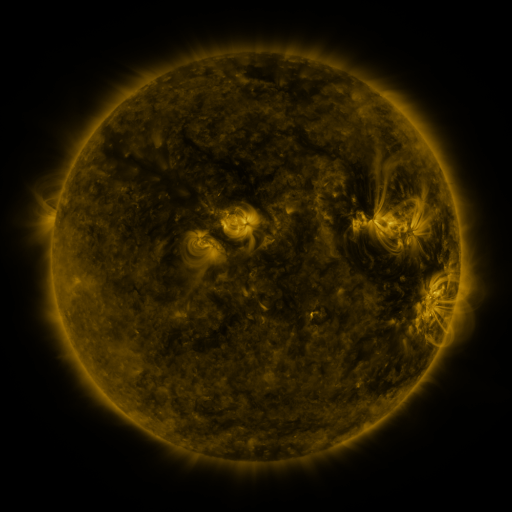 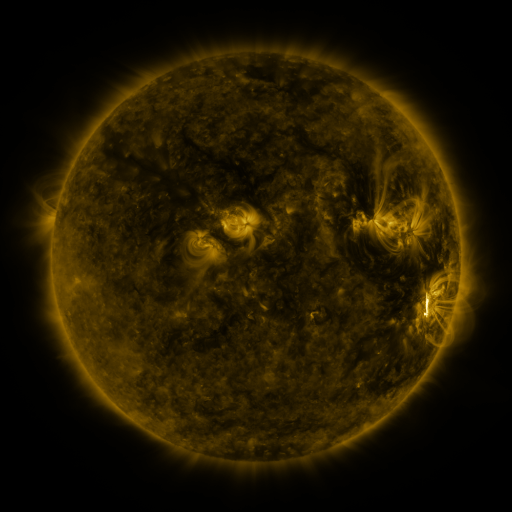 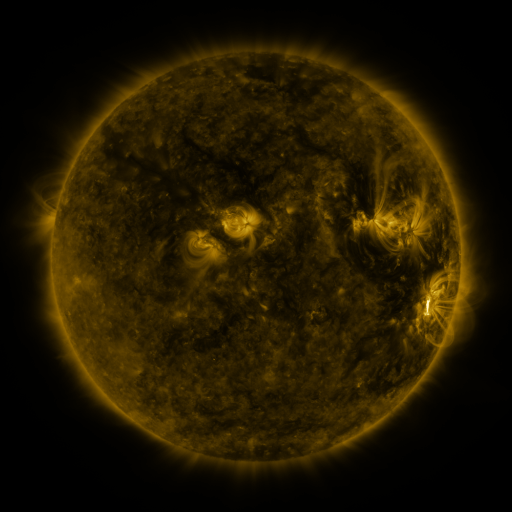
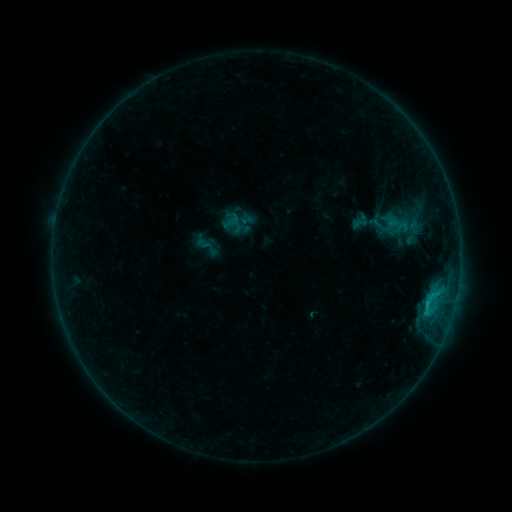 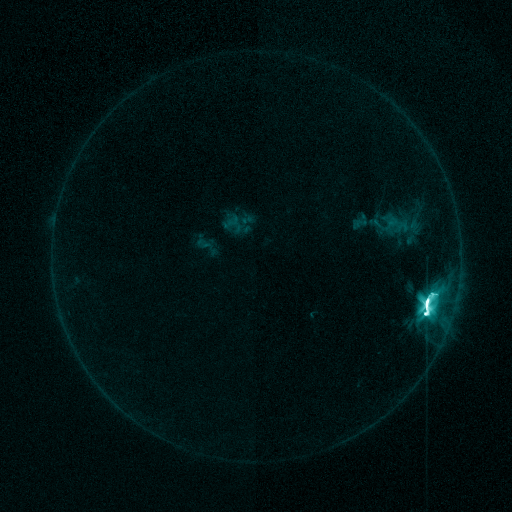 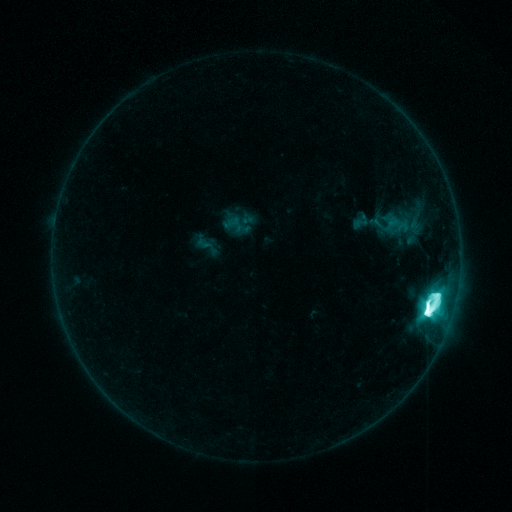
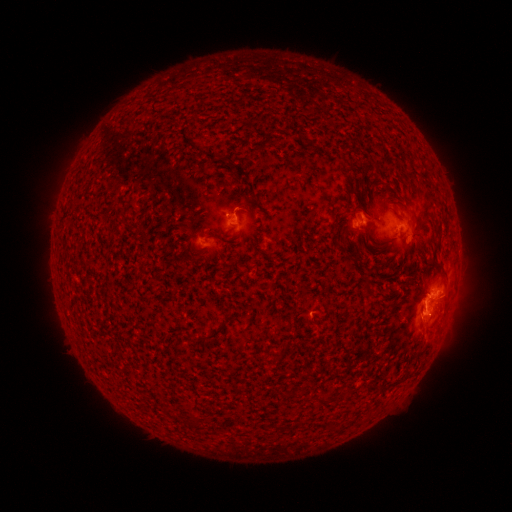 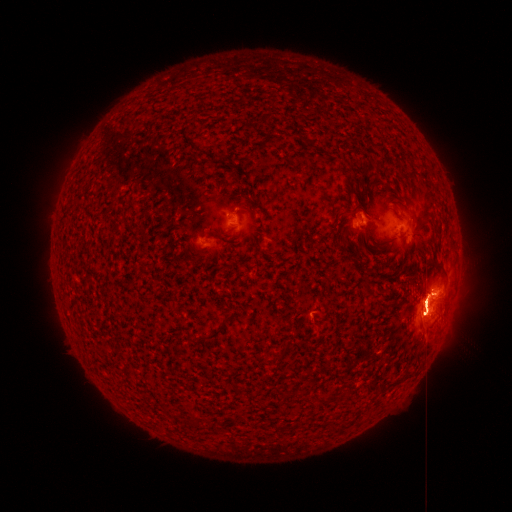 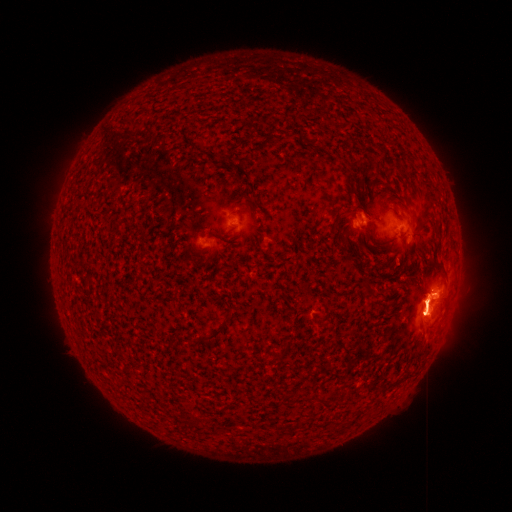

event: flare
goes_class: M8.1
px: (424, 301)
